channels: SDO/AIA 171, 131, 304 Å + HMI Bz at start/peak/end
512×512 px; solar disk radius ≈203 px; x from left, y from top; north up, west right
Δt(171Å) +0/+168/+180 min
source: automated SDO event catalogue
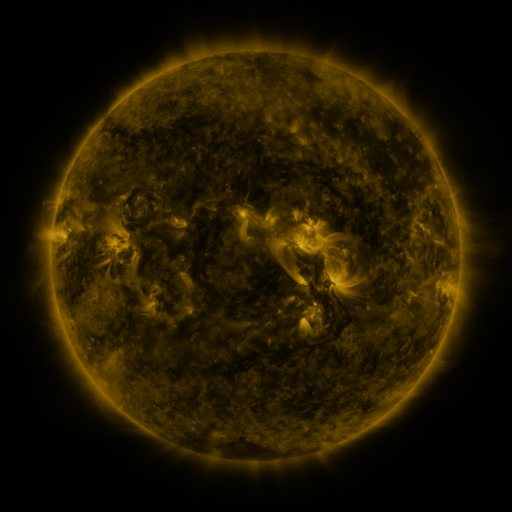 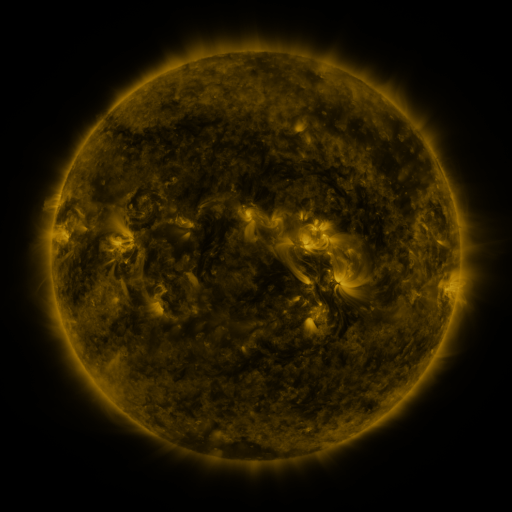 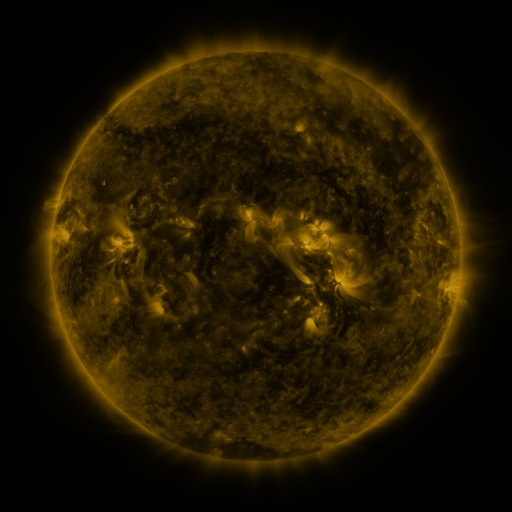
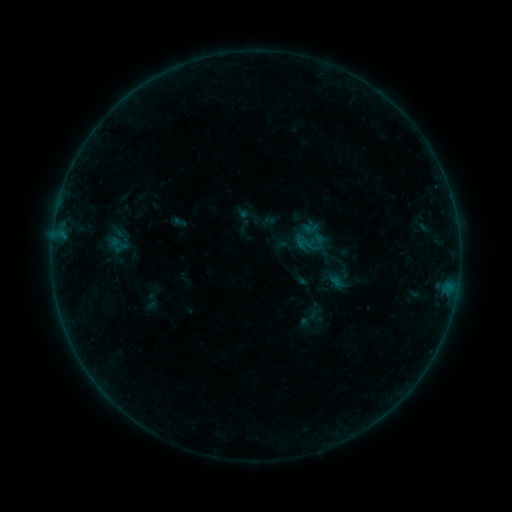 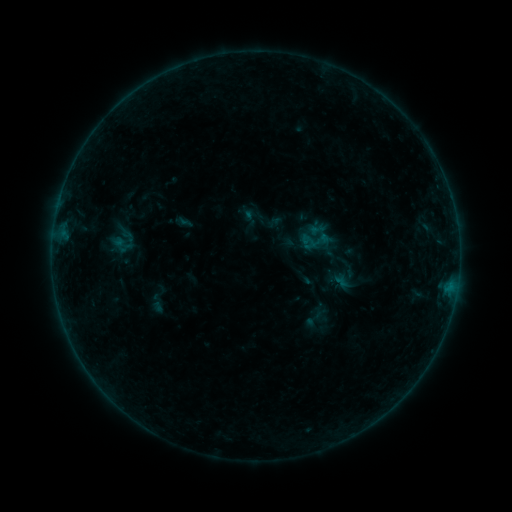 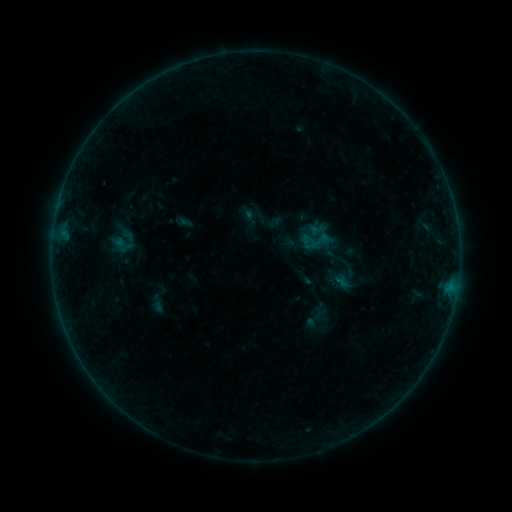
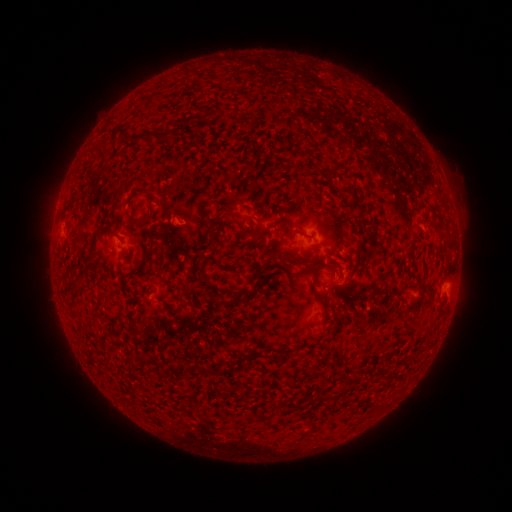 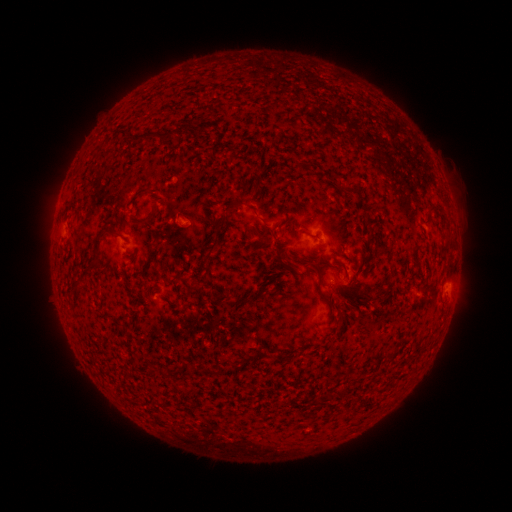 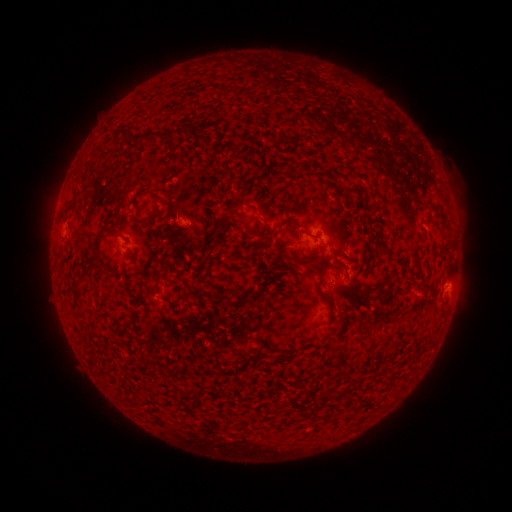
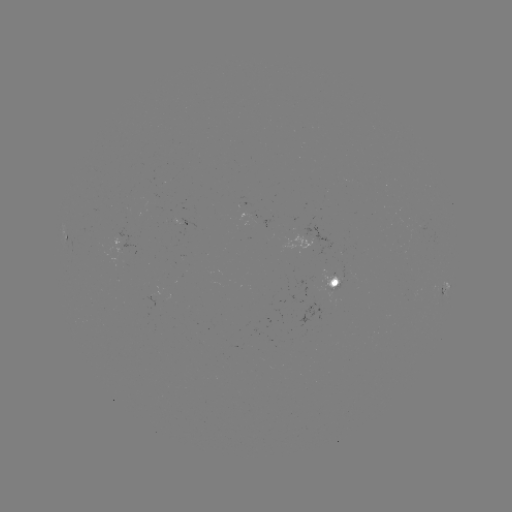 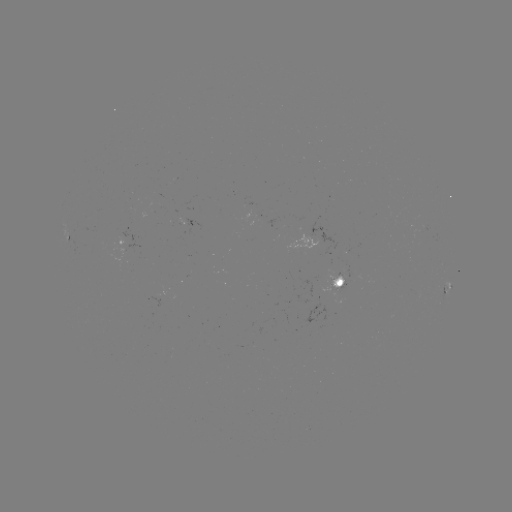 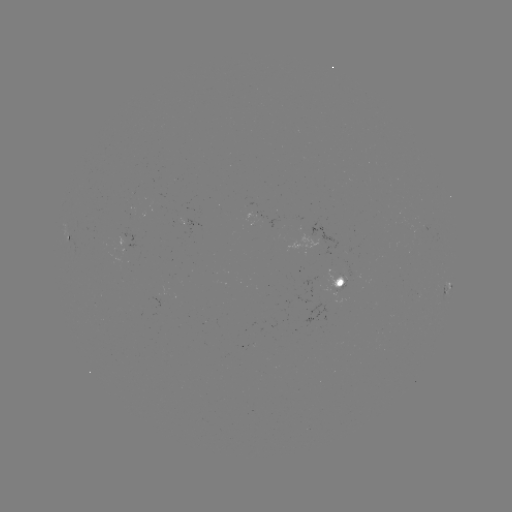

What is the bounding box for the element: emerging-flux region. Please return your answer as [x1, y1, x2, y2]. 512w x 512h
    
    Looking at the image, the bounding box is [326, 268, 346, 286].